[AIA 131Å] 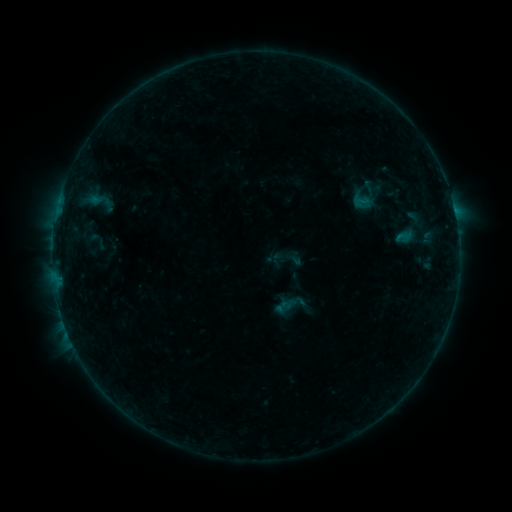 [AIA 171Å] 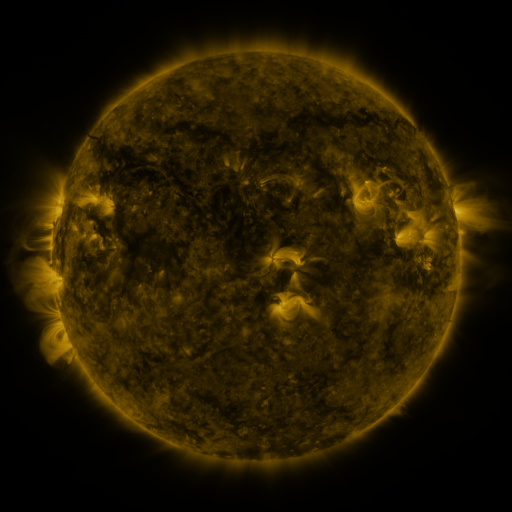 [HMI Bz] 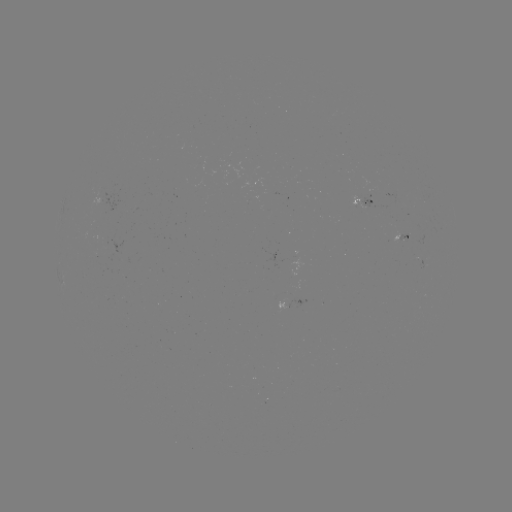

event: sigmoid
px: (362, 202)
